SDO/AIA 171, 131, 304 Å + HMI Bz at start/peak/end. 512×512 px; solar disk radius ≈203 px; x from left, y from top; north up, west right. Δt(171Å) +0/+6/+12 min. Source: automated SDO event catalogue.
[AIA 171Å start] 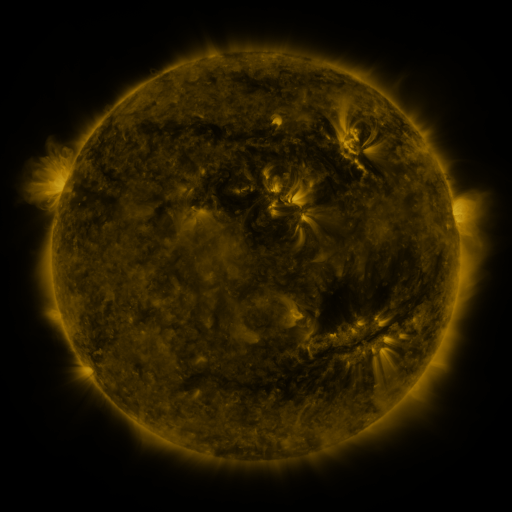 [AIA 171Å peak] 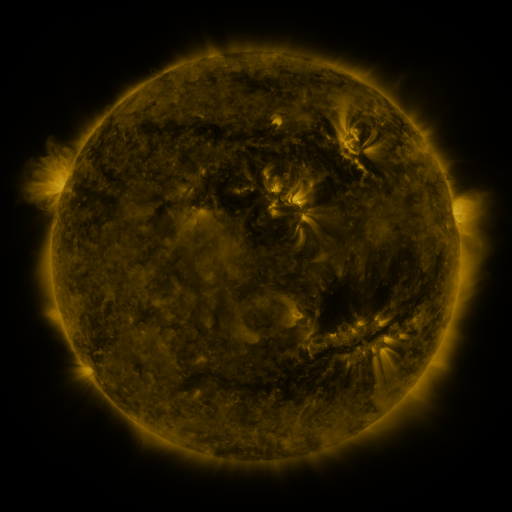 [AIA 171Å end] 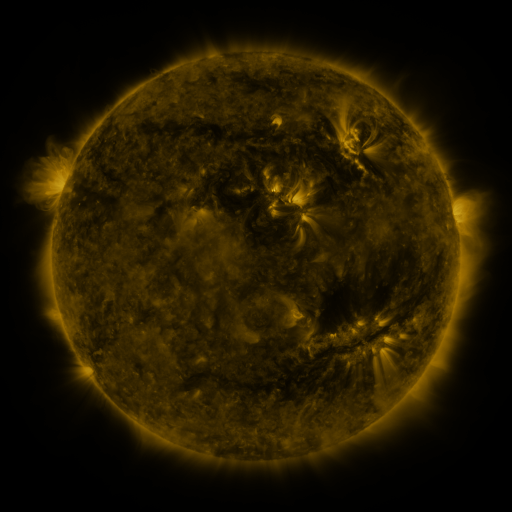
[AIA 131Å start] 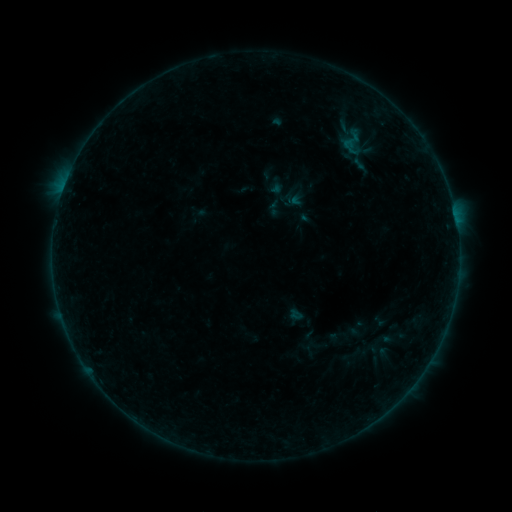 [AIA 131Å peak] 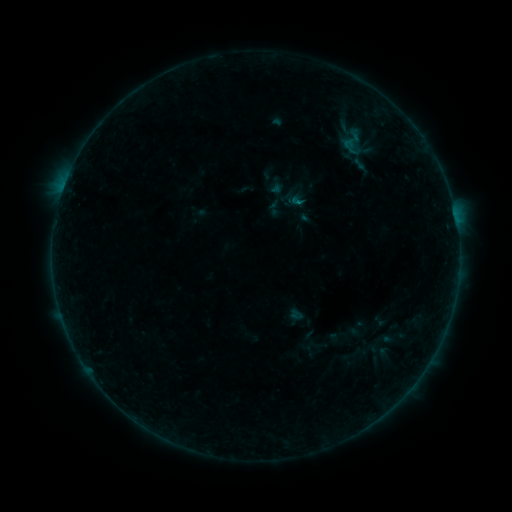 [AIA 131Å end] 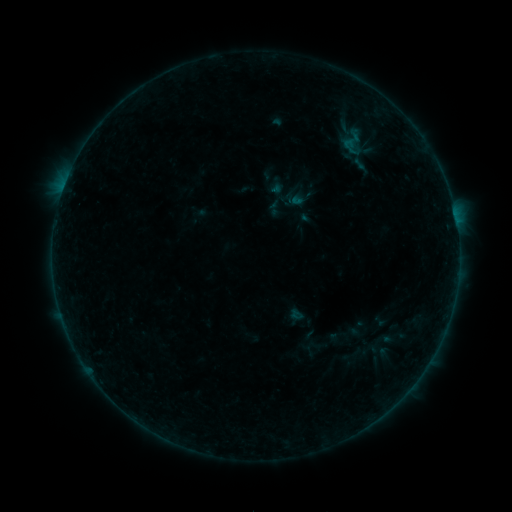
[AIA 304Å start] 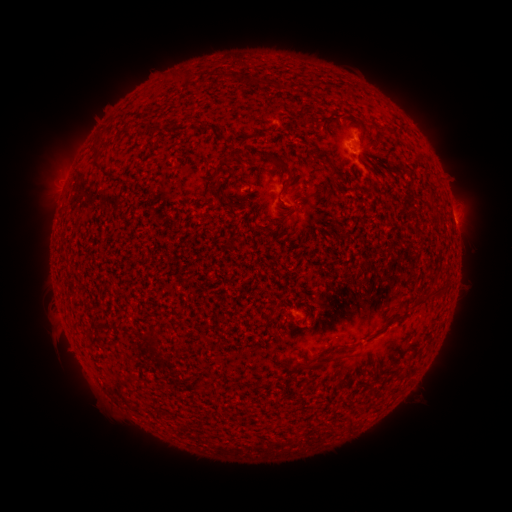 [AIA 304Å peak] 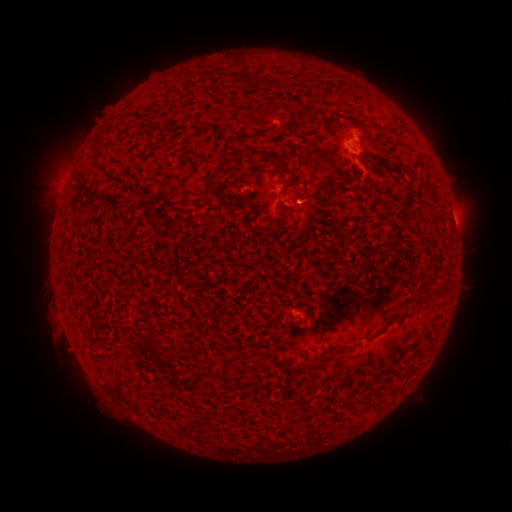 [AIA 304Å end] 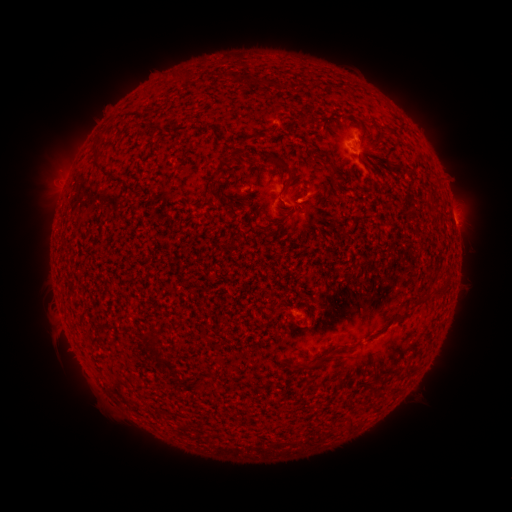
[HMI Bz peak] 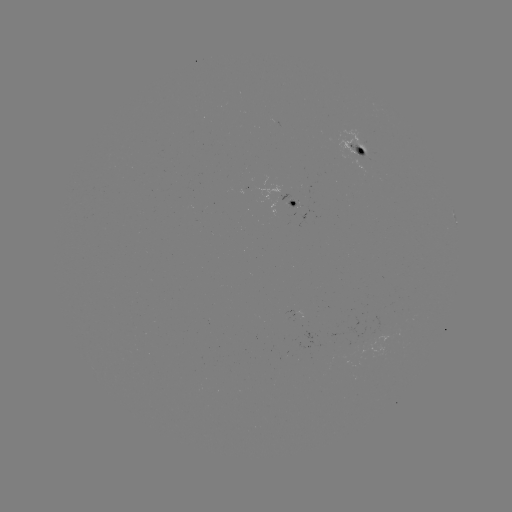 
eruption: <bbox>287, 176, 334, 221</bbox>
